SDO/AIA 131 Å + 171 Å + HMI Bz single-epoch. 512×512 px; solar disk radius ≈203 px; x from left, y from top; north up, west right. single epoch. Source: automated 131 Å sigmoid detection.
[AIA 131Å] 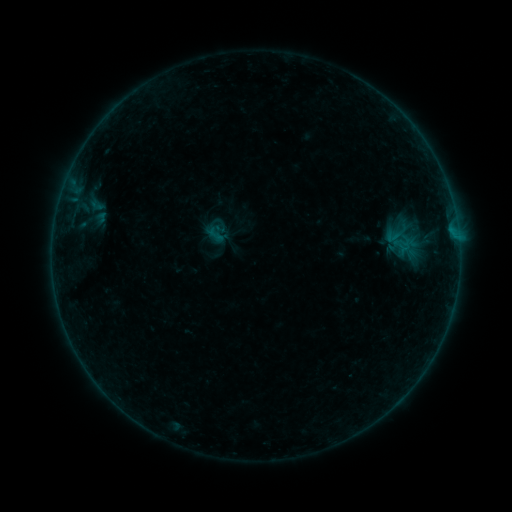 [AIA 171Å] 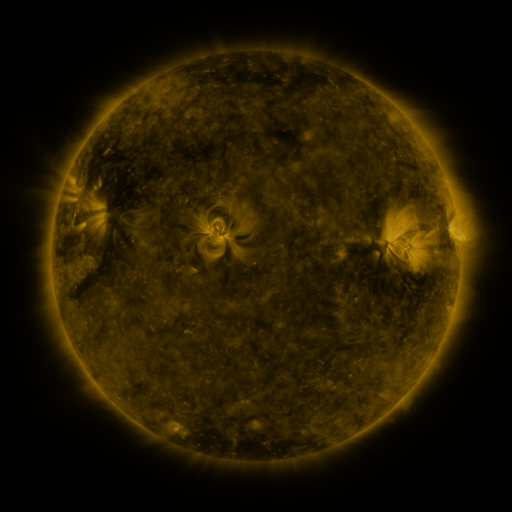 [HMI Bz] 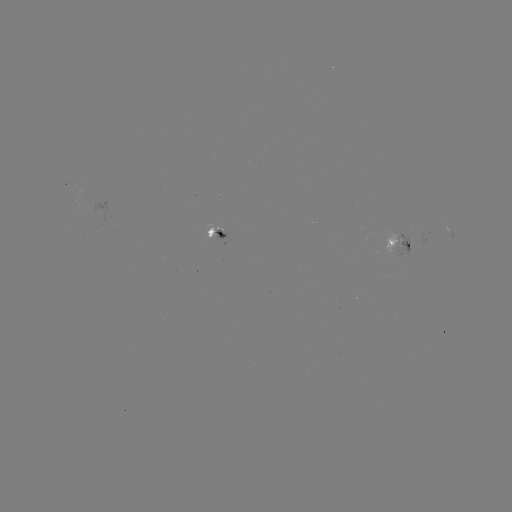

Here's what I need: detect sigmoid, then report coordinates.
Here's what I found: sigmoid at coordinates (215, 235).